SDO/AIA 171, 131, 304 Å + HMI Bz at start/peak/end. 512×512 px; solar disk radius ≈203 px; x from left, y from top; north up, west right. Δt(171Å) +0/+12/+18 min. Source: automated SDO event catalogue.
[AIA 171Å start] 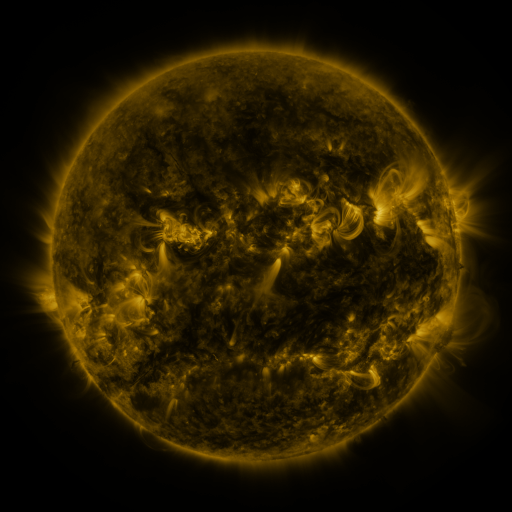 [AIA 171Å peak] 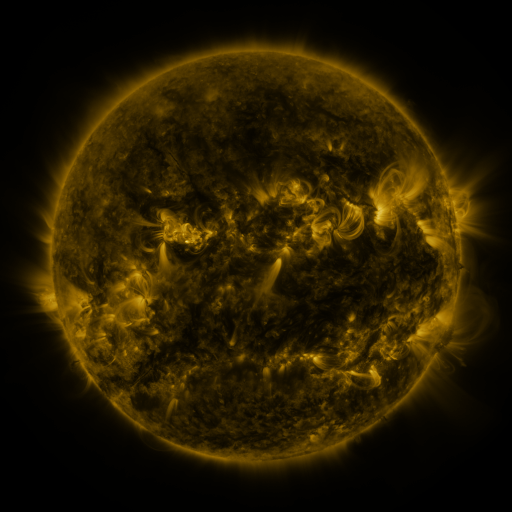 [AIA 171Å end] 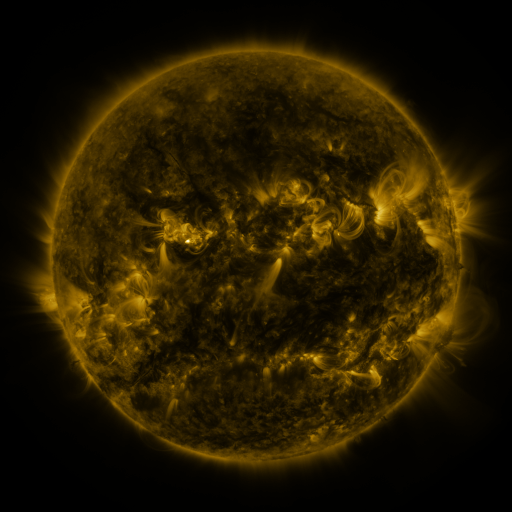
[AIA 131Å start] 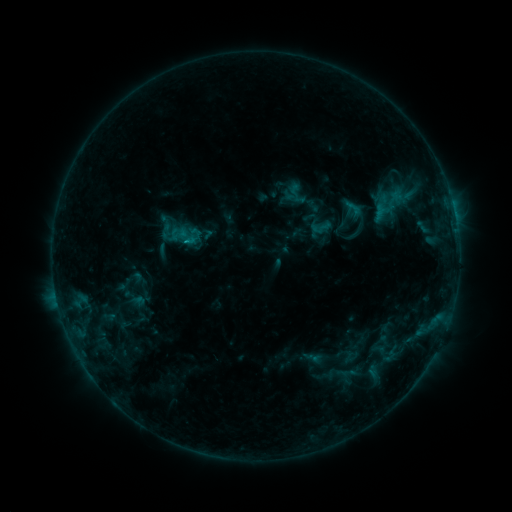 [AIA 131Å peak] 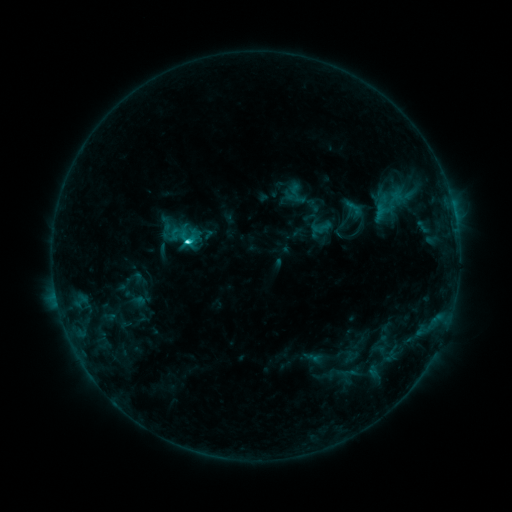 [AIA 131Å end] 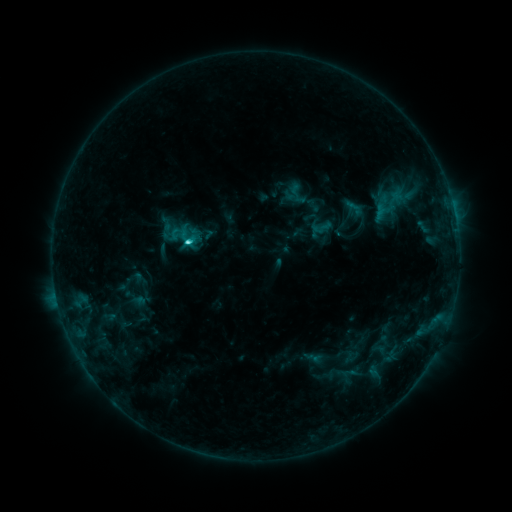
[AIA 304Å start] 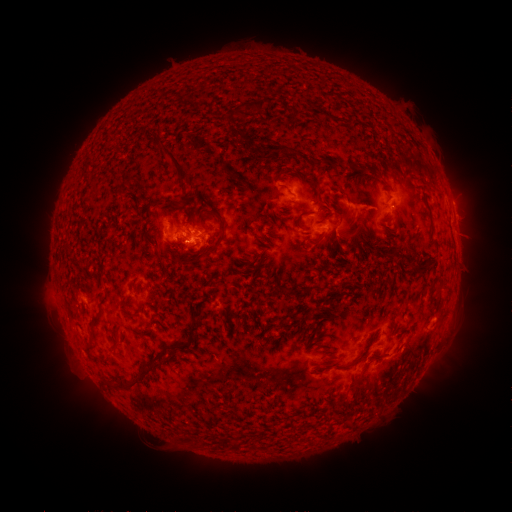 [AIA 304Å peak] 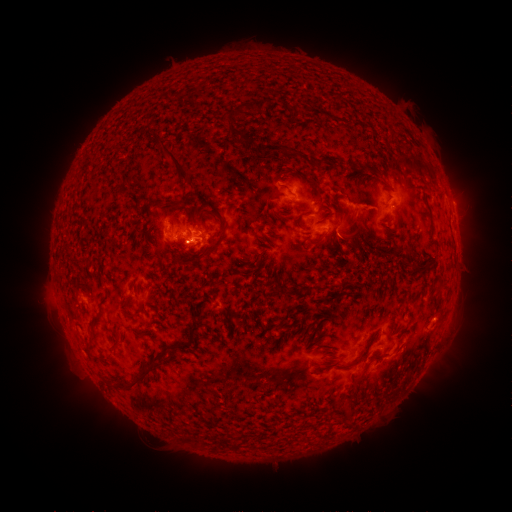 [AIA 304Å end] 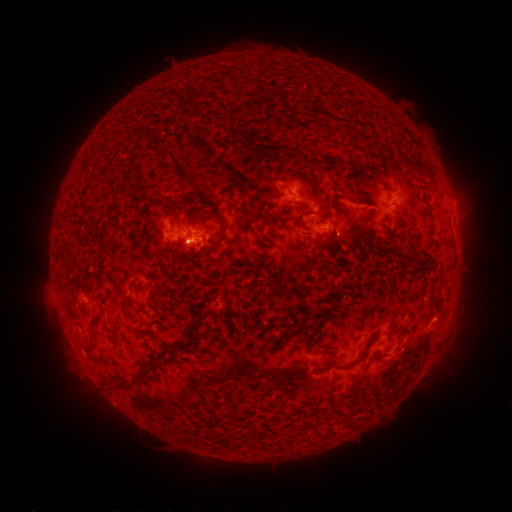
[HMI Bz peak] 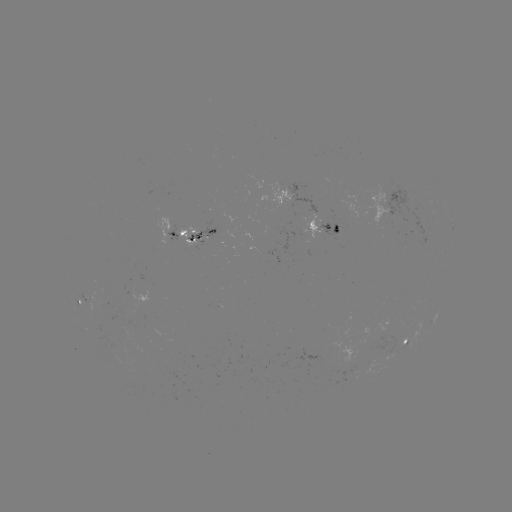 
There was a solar flare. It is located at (189, 245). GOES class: C3.1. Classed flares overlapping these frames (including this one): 1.